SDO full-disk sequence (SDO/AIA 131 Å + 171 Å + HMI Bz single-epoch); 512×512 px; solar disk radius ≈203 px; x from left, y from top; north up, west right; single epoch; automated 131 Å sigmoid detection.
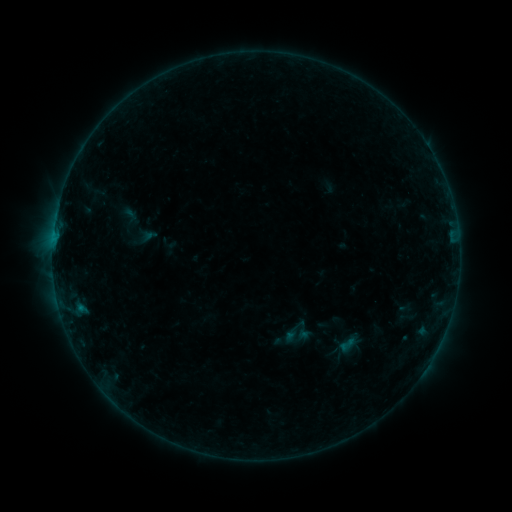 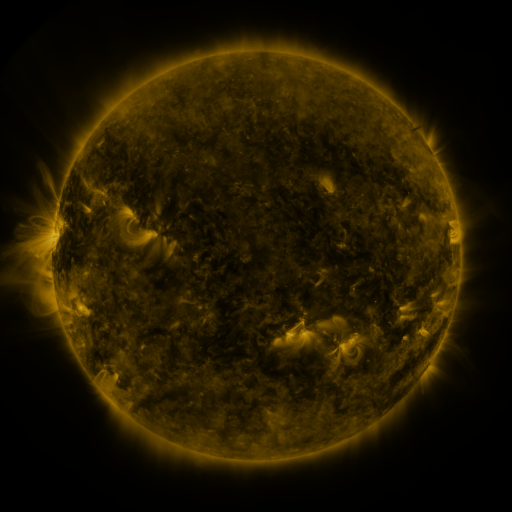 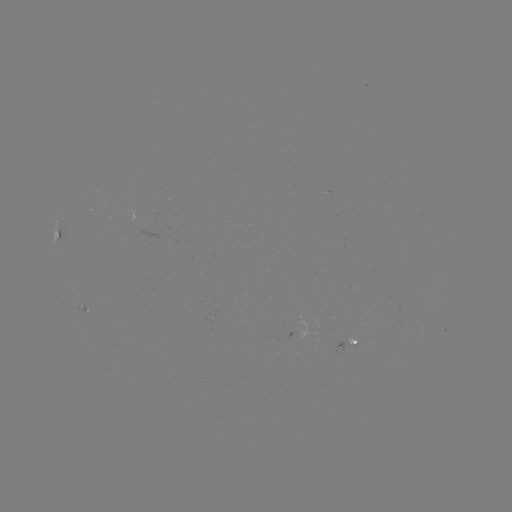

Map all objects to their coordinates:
sigmoid: (130, 215)
sigmoid: (347, 345)
